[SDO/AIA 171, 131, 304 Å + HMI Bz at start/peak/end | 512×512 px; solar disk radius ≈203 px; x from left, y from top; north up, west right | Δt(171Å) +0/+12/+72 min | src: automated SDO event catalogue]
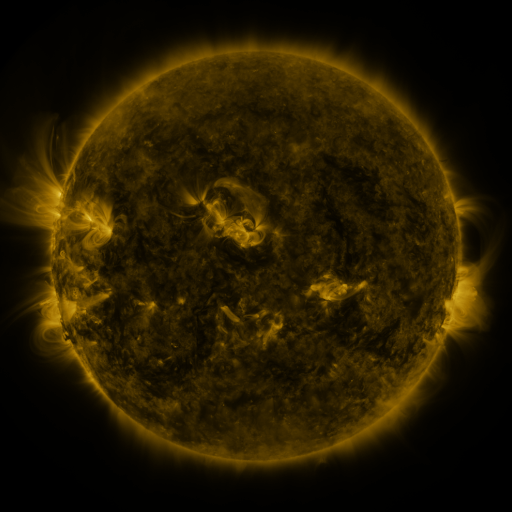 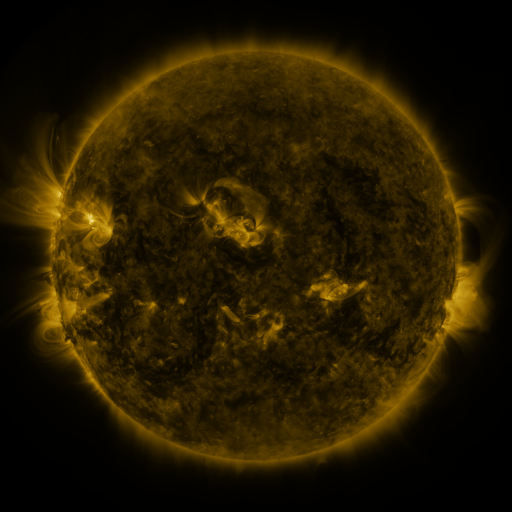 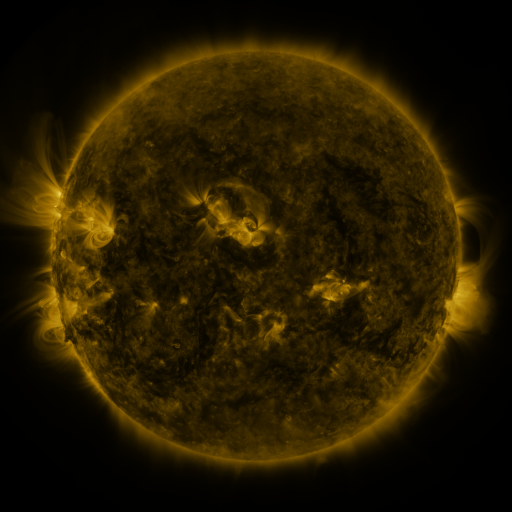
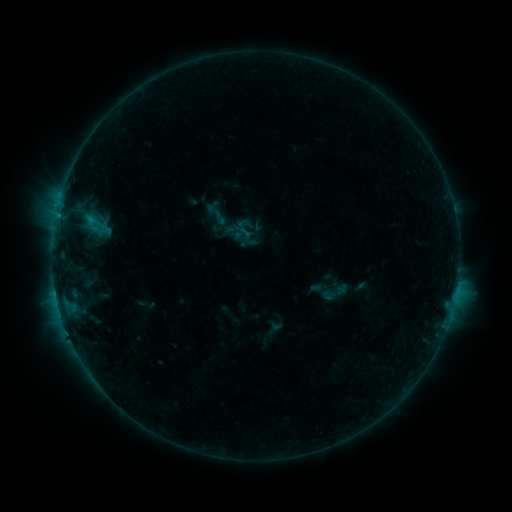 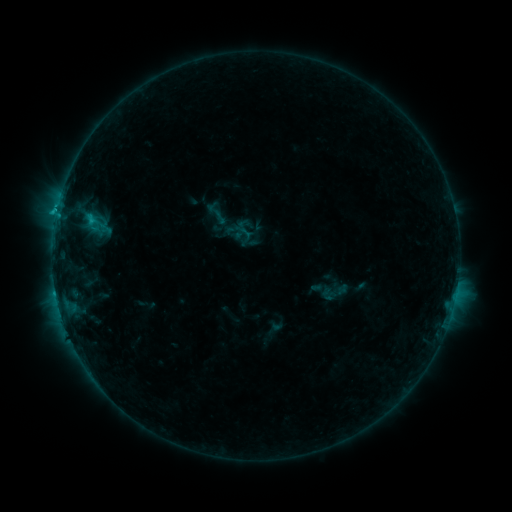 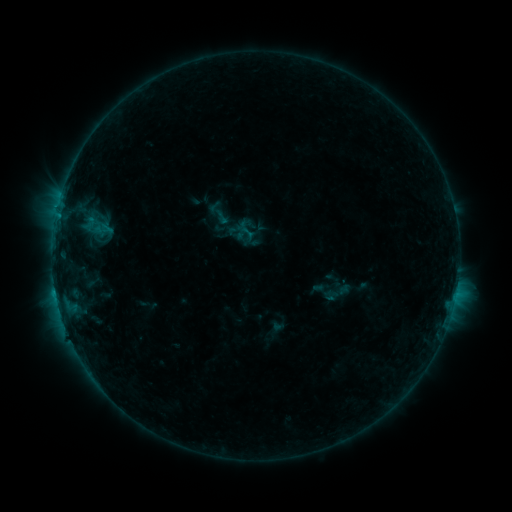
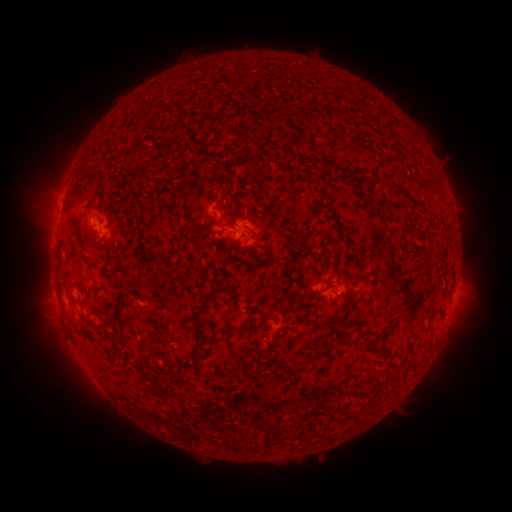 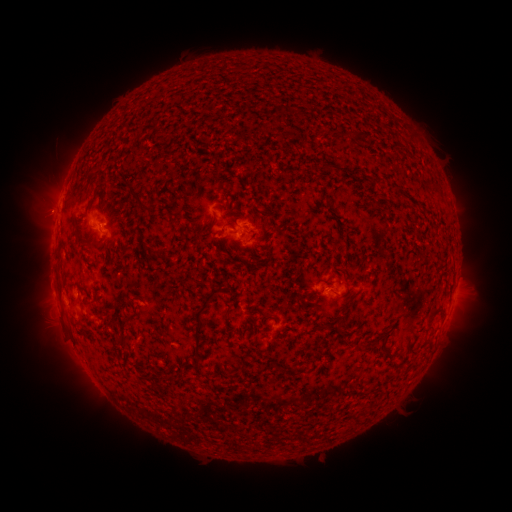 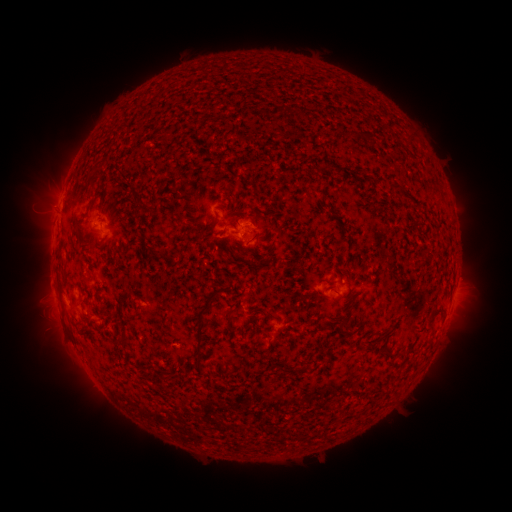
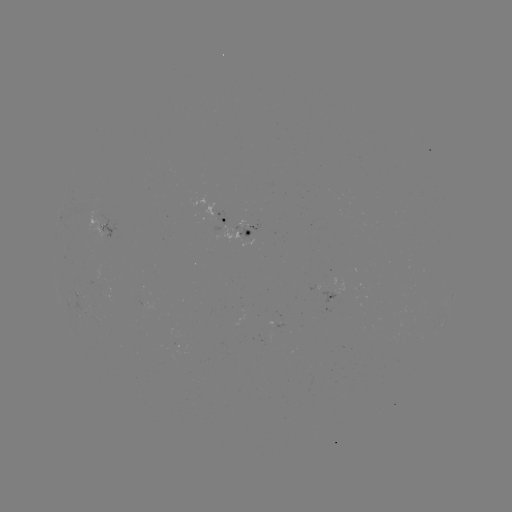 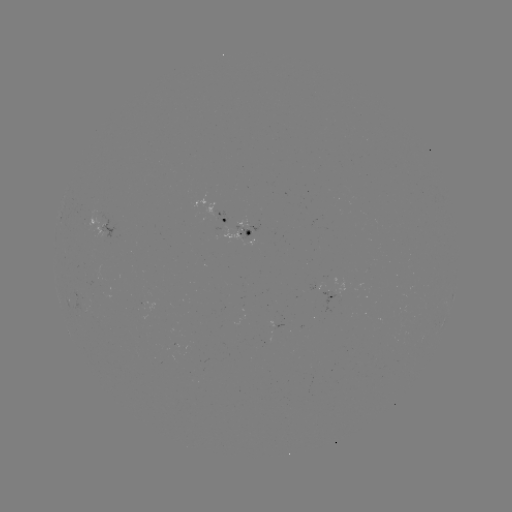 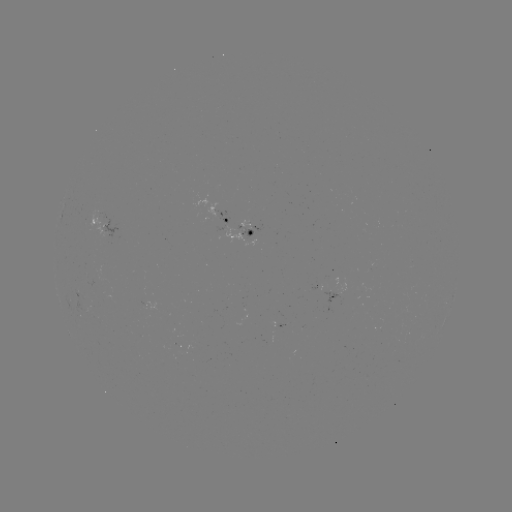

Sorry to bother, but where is C1.5 flare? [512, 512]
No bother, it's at (57, 213).